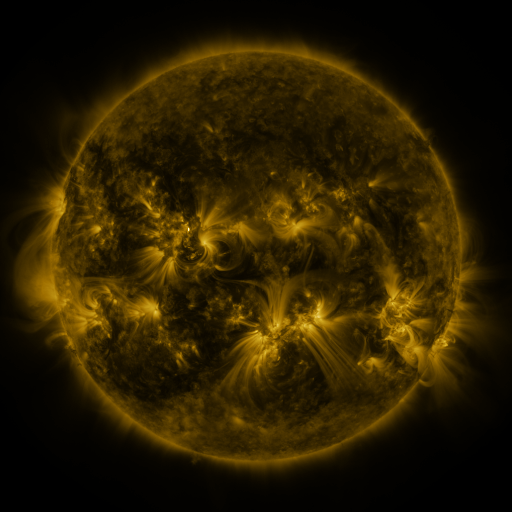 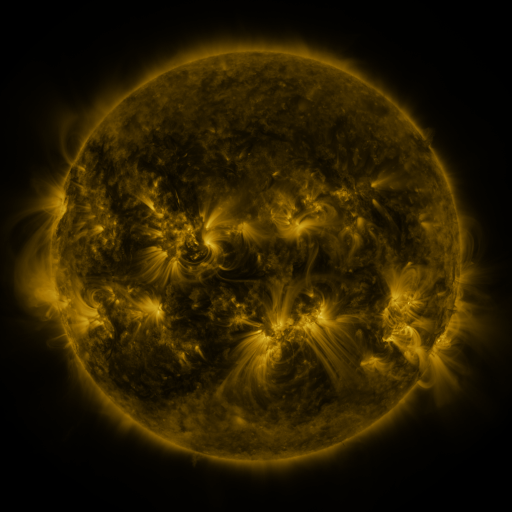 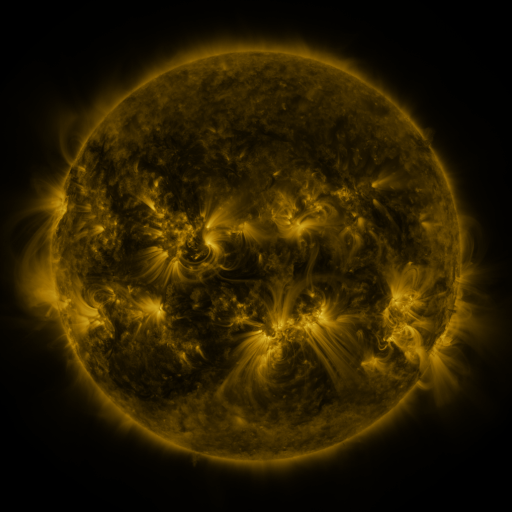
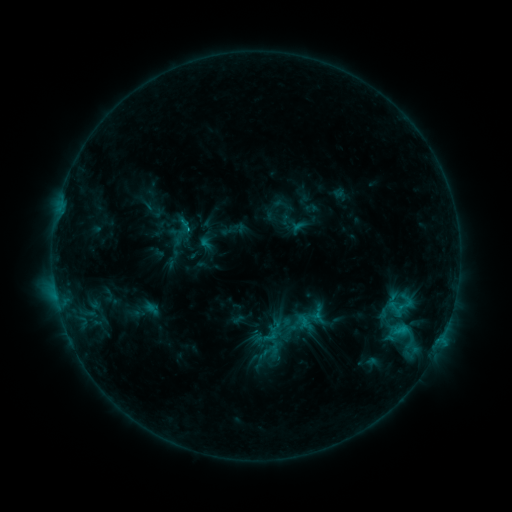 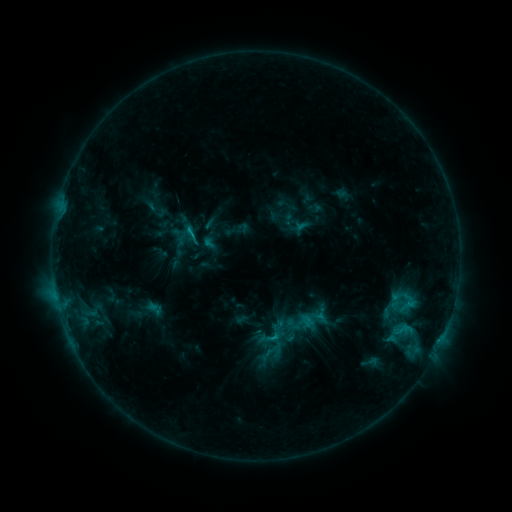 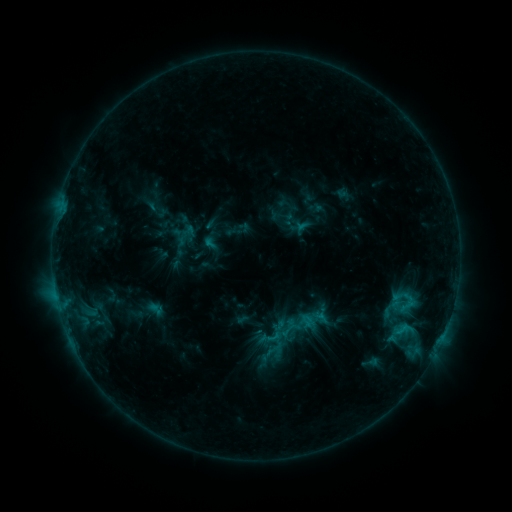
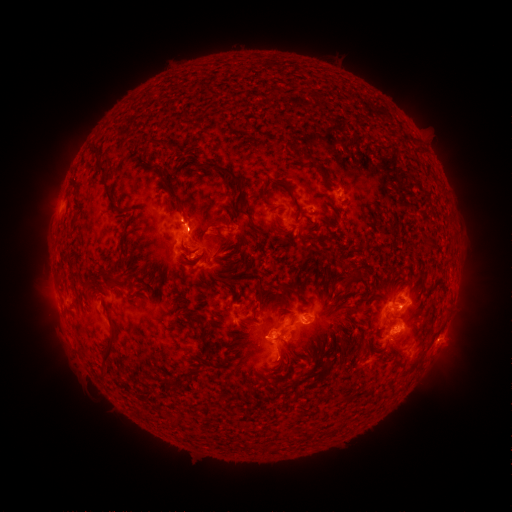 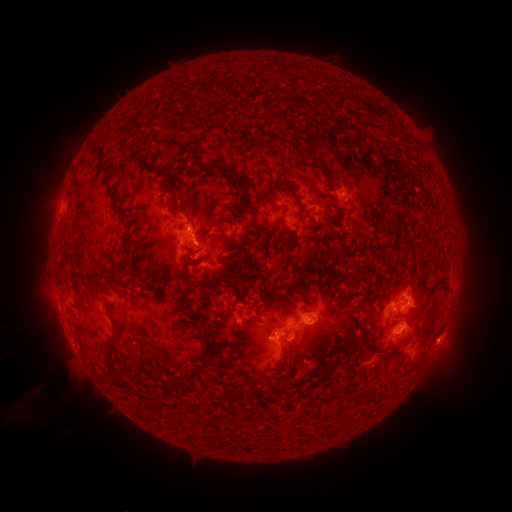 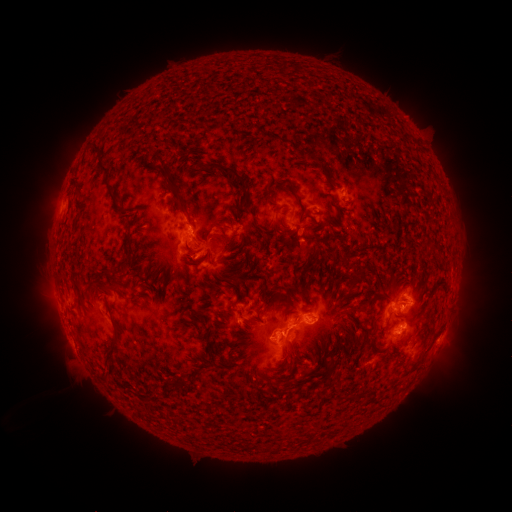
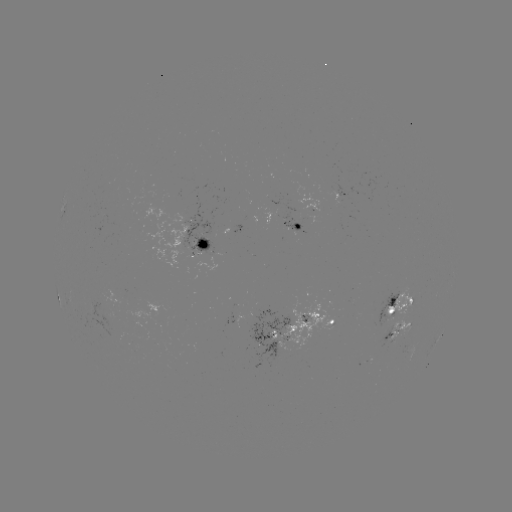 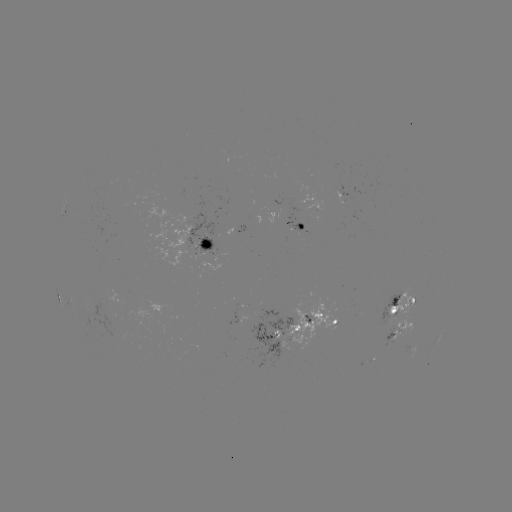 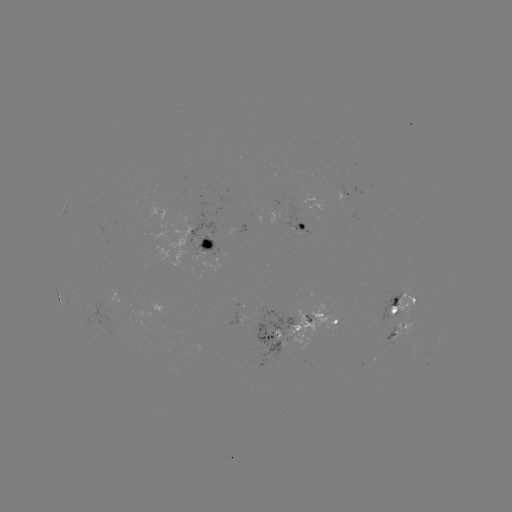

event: emerging-flux region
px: (391, 311)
